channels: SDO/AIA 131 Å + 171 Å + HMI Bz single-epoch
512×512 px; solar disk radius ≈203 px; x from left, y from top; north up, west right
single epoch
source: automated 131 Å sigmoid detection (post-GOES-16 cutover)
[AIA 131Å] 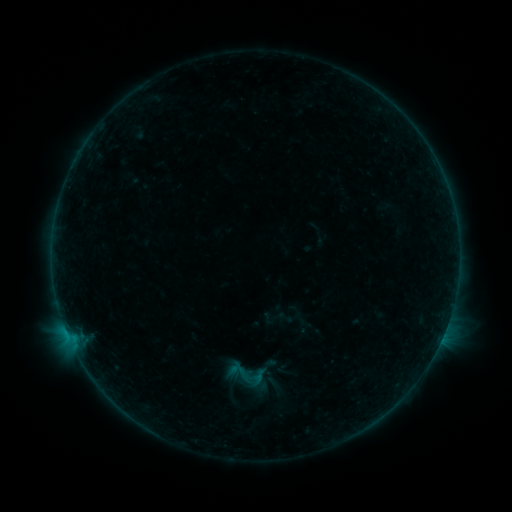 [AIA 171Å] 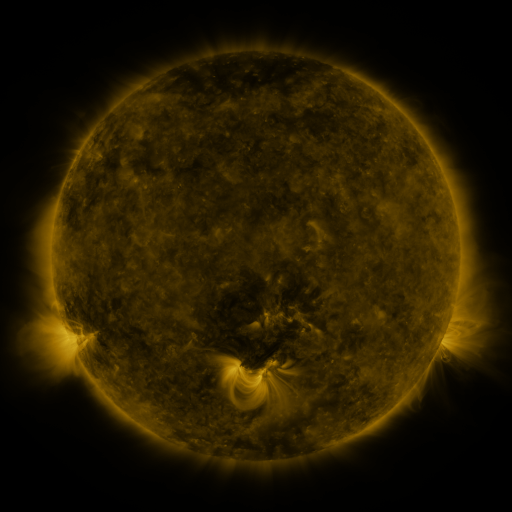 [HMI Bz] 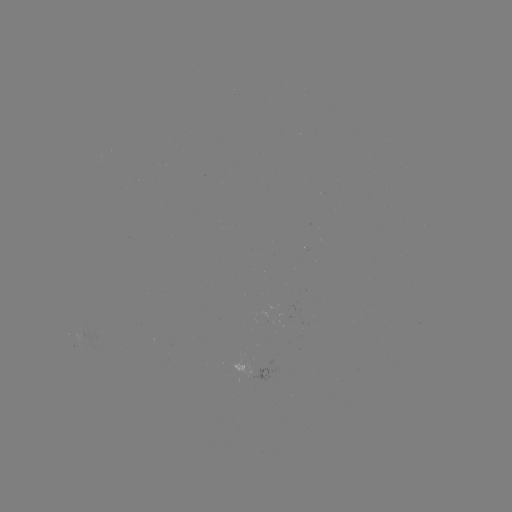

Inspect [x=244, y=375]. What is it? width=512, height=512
sigmoid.